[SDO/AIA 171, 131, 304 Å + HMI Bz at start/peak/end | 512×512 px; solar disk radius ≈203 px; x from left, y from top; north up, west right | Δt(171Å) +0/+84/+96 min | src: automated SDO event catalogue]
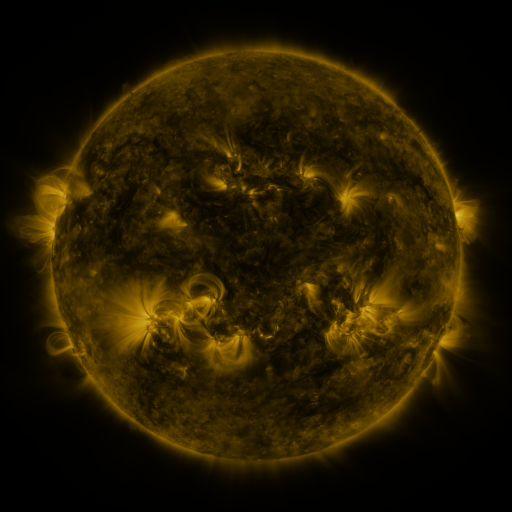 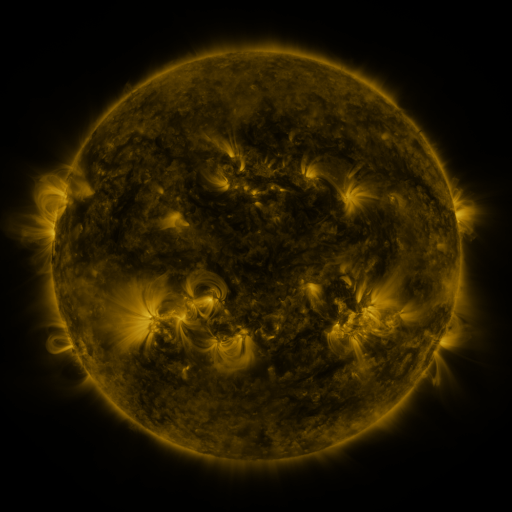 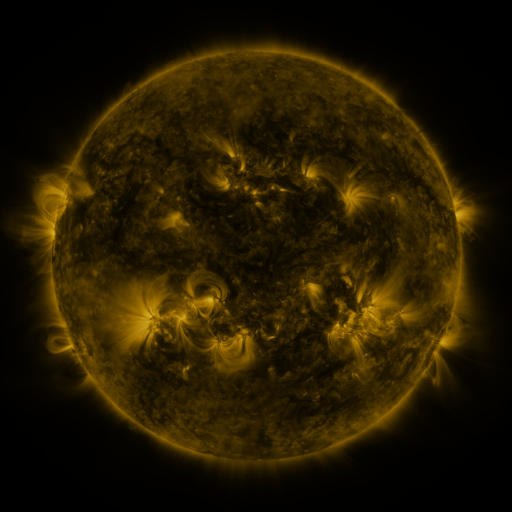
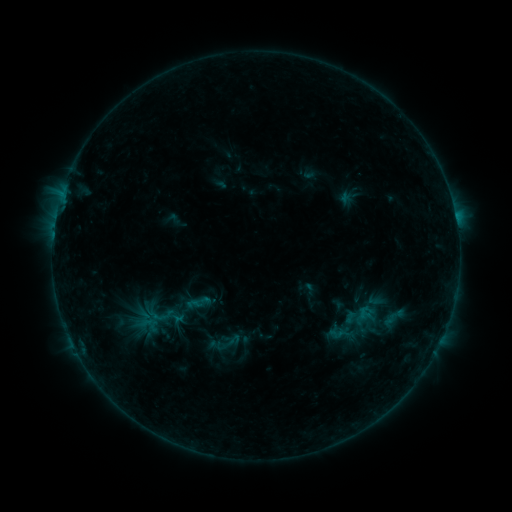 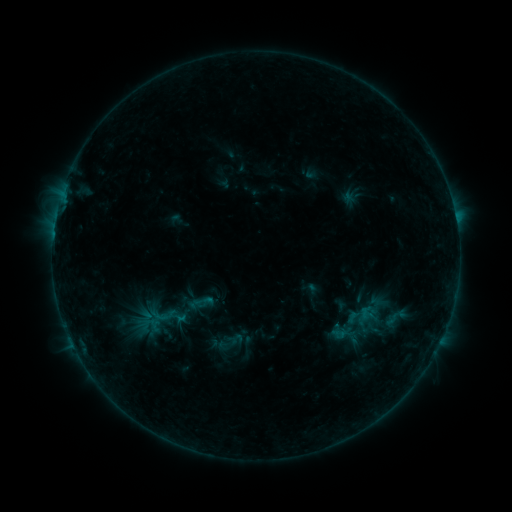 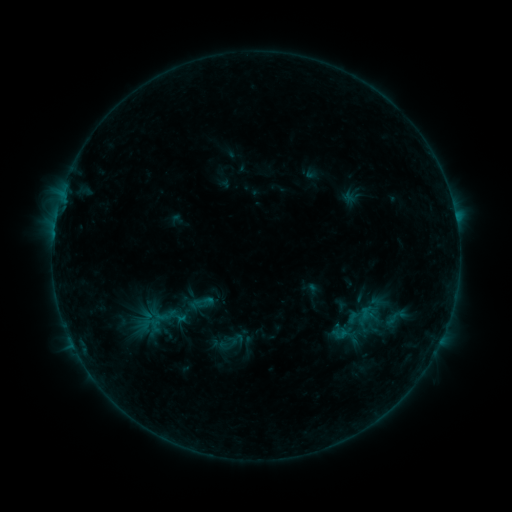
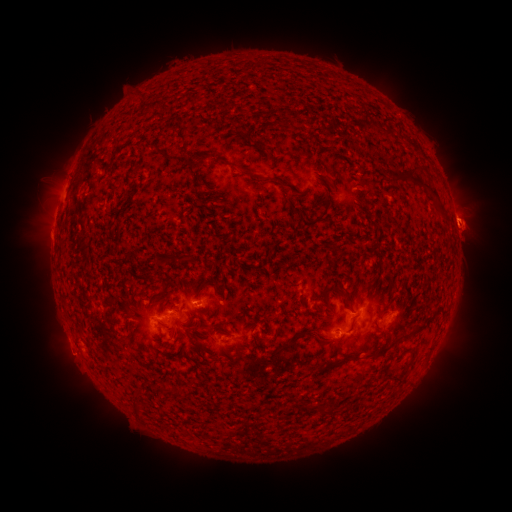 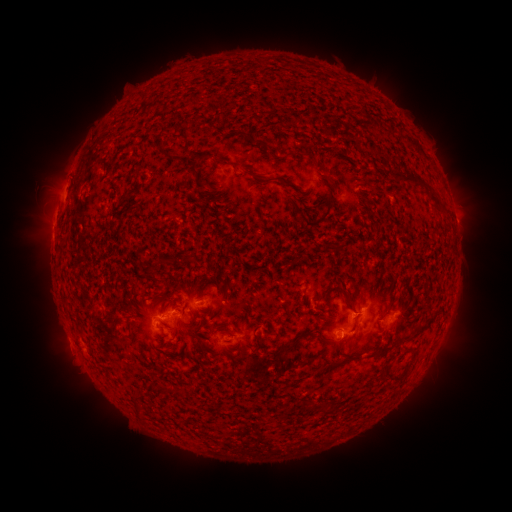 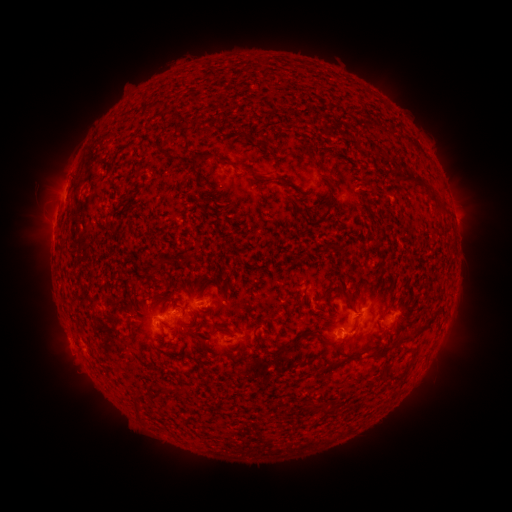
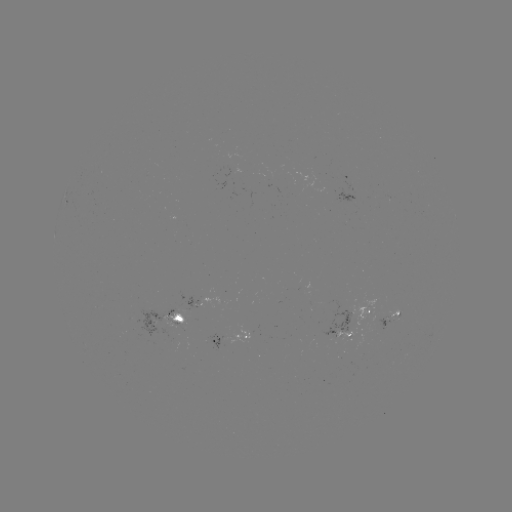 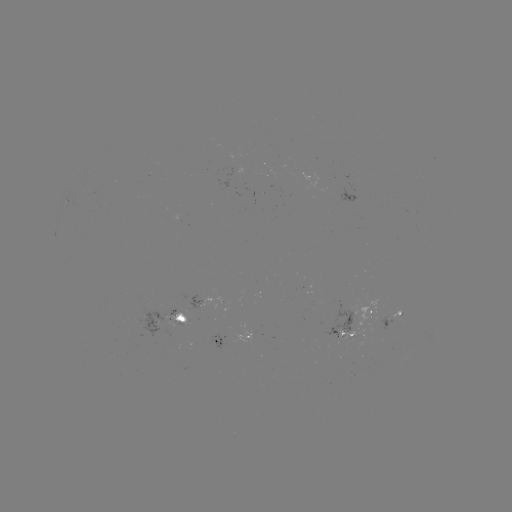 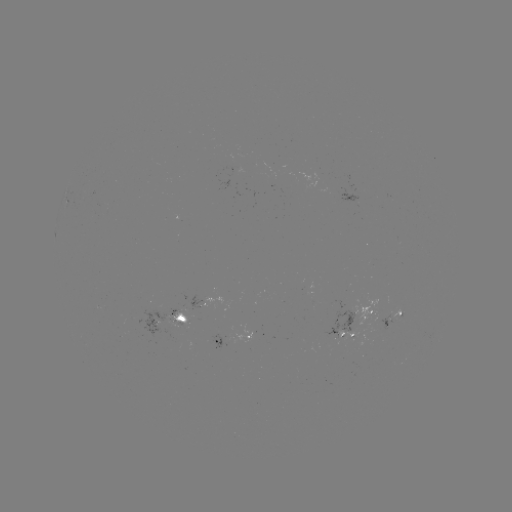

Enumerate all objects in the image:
emerging-flux region: (175, 325)
